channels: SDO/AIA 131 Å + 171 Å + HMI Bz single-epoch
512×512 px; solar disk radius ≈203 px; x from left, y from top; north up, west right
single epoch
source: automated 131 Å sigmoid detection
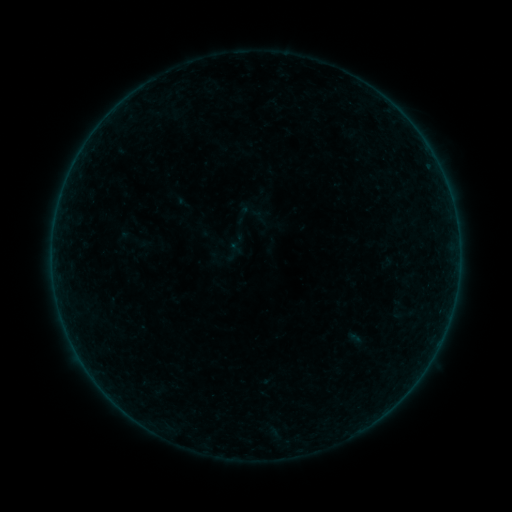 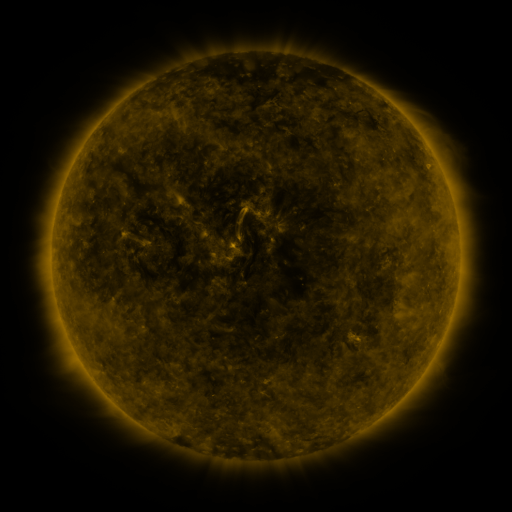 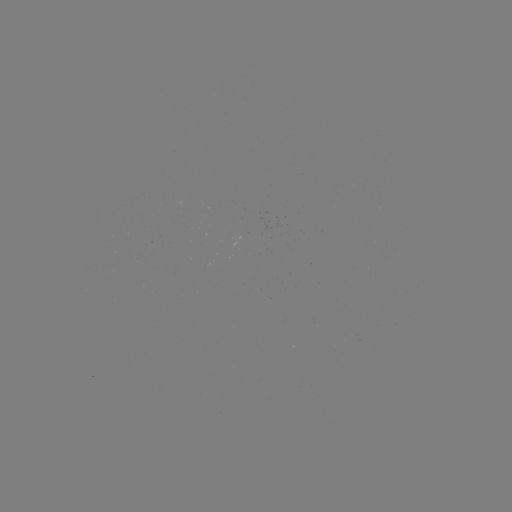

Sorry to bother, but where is sigmoid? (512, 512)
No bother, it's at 133,239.